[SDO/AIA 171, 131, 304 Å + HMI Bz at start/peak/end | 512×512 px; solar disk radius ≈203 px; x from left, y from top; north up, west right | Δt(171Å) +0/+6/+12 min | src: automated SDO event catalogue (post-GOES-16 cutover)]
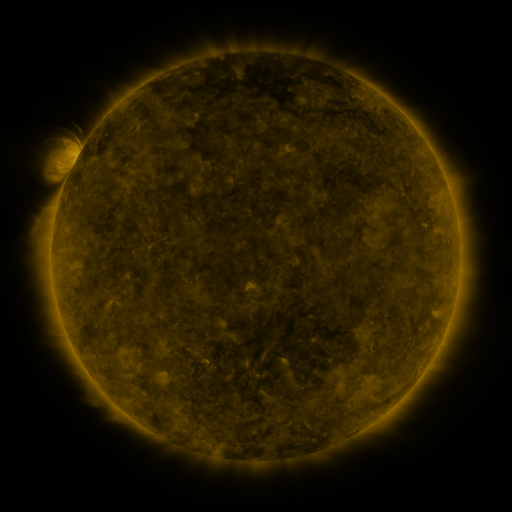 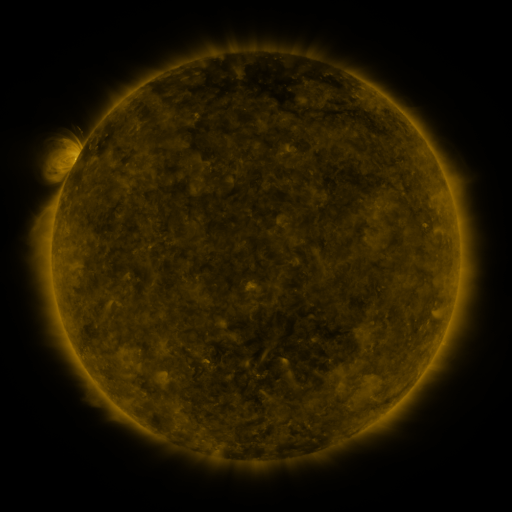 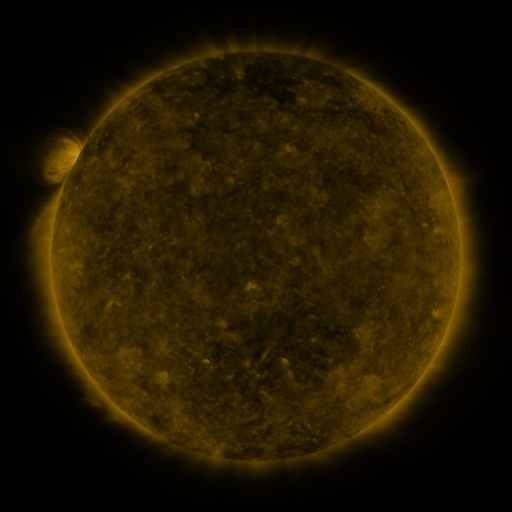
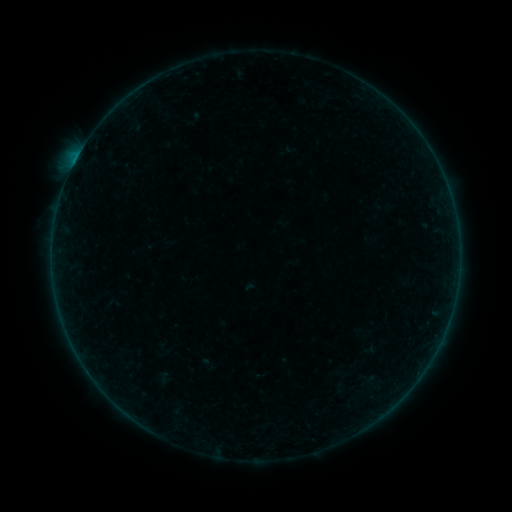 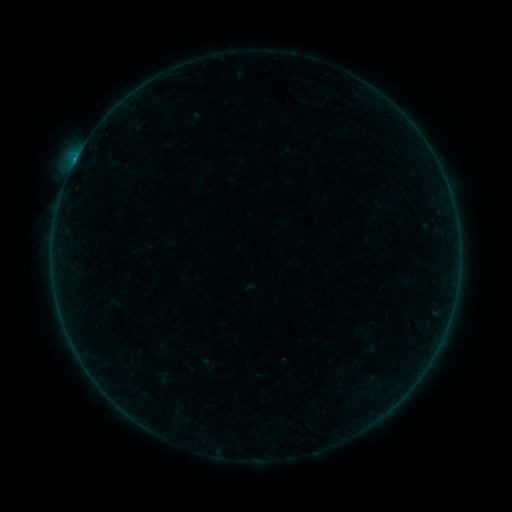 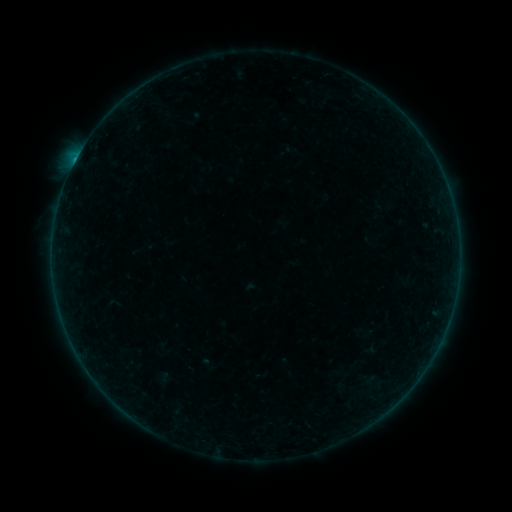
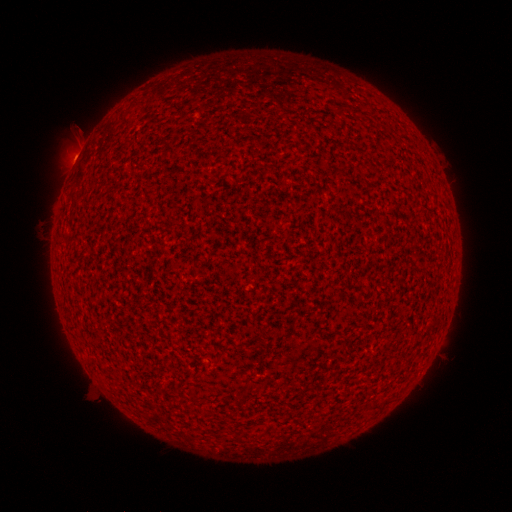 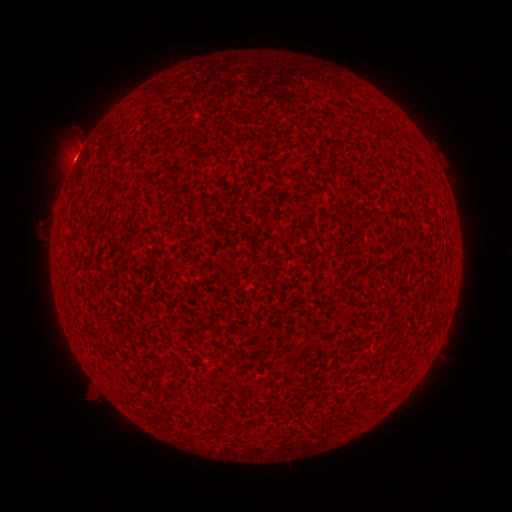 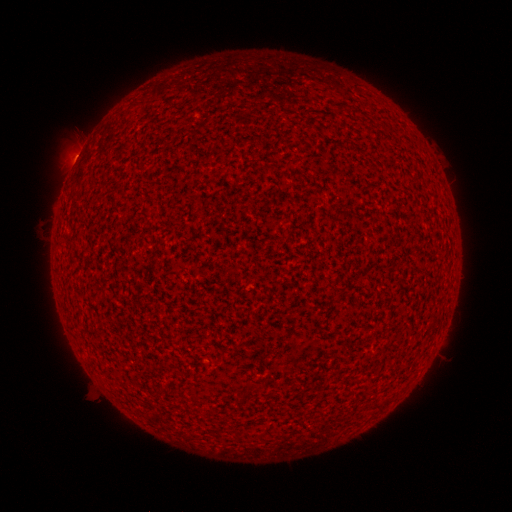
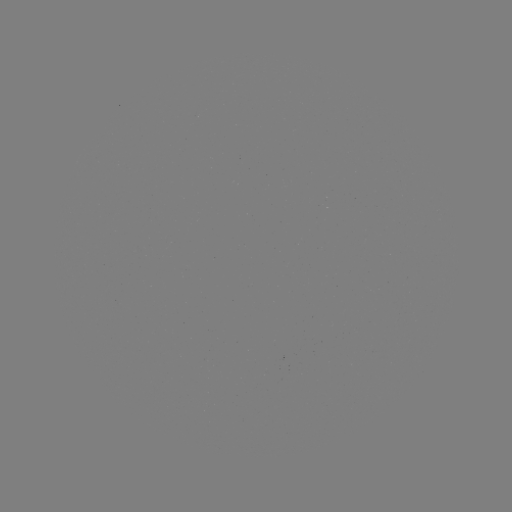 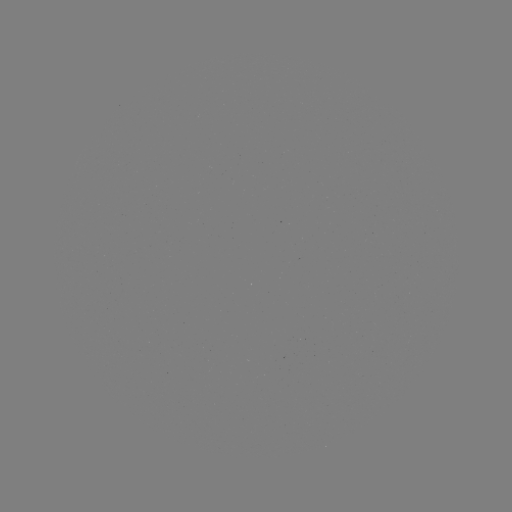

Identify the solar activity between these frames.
B3.1 flare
